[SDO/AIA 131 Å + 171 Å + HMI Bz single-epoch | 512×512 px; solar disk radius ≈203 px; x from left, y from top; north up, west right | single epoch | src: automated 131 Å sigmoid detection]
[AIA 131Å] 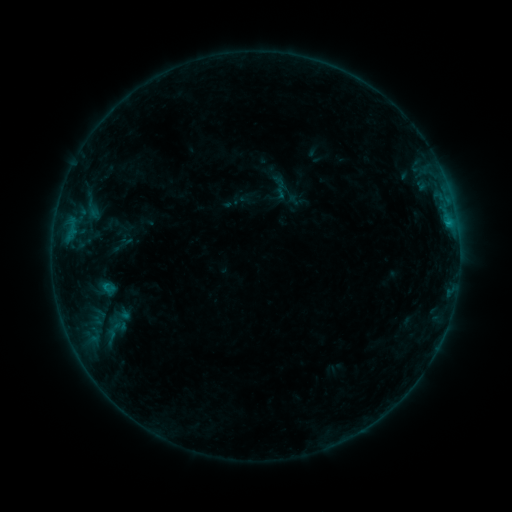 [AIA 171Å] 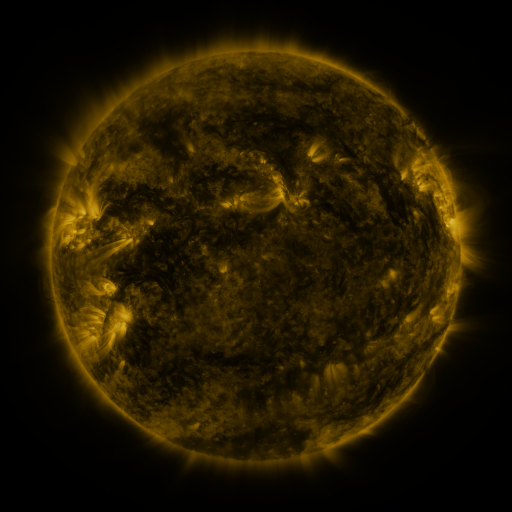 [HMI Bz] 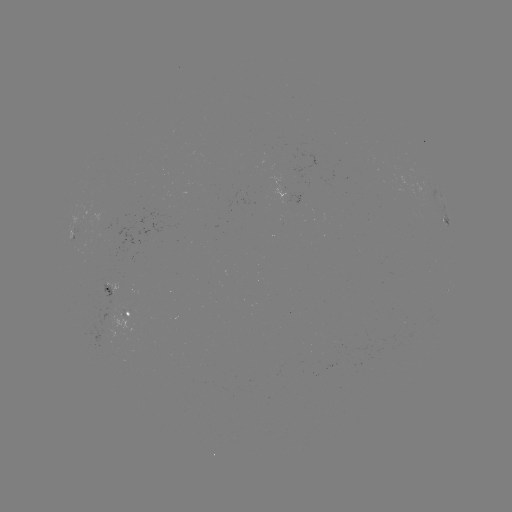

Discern sigmoid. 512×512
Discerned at (118, 318).